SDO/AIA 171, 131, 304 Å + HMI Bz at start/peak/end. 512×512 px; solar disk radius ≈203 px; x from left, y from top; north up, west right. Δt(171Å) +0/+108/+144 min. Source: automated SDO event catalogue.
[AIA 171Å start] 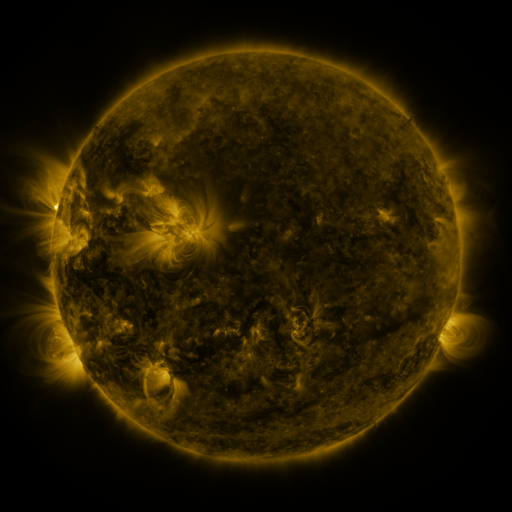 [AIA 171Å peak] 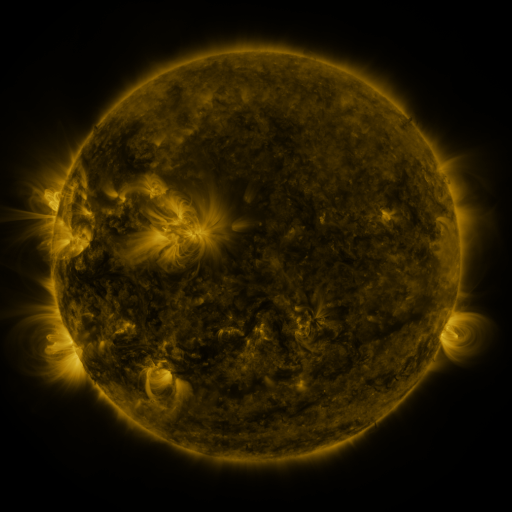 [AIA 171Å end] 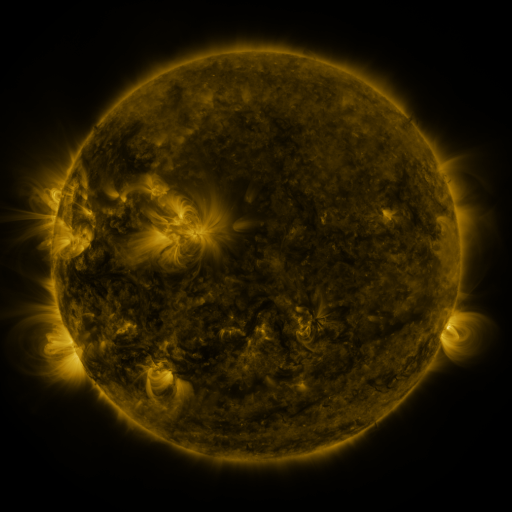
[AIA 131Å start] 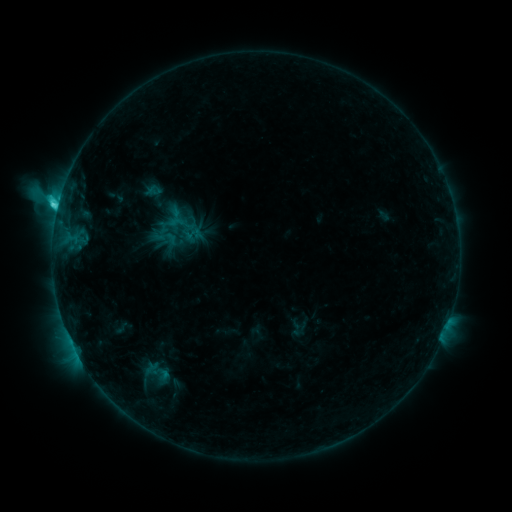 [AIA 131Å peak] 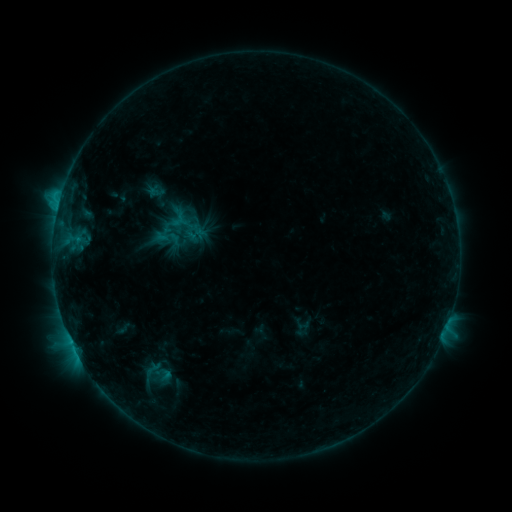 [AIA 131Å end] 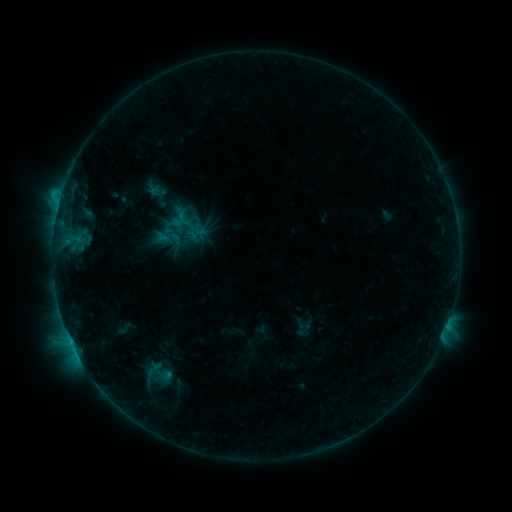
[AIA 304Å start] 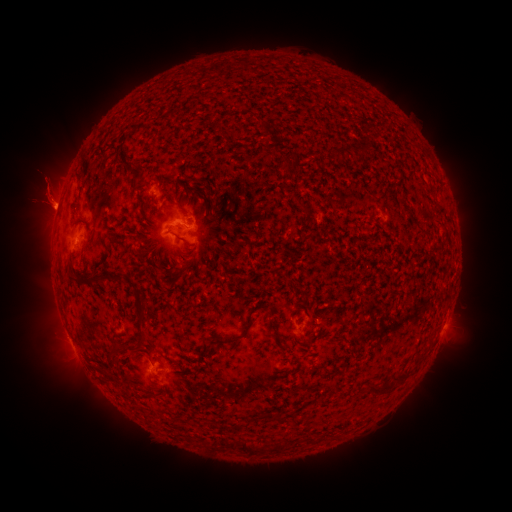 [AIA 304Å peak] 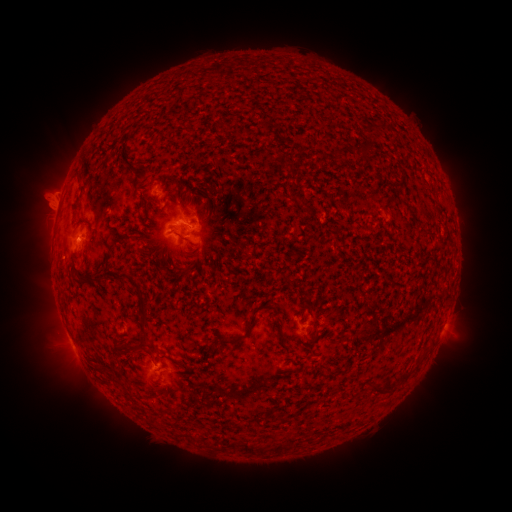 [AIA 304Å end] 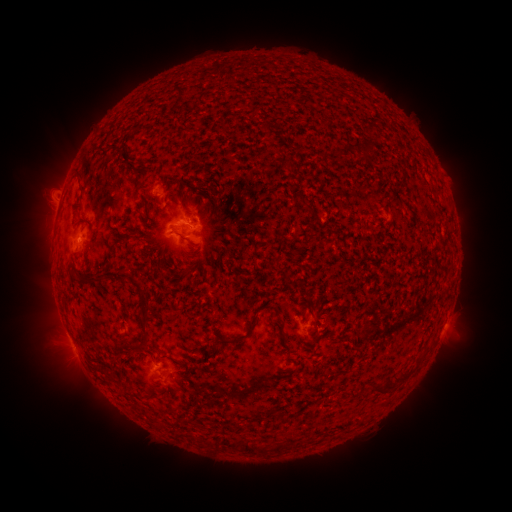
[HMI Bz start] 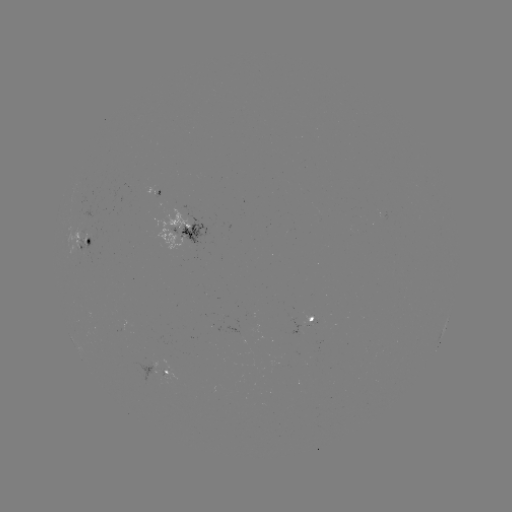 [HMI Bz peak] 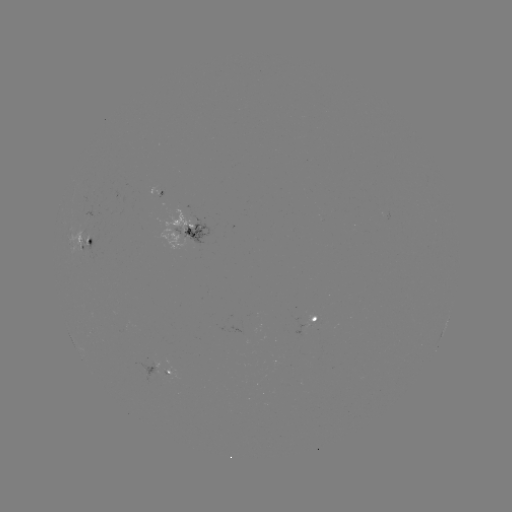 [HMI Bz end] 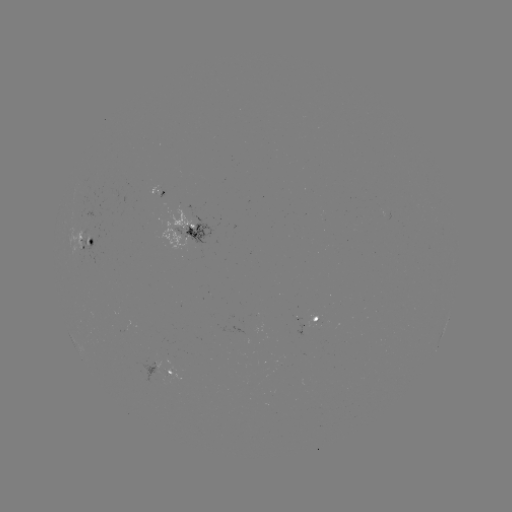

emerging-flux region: <bbox>305, 317, 320, 327</bbox>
